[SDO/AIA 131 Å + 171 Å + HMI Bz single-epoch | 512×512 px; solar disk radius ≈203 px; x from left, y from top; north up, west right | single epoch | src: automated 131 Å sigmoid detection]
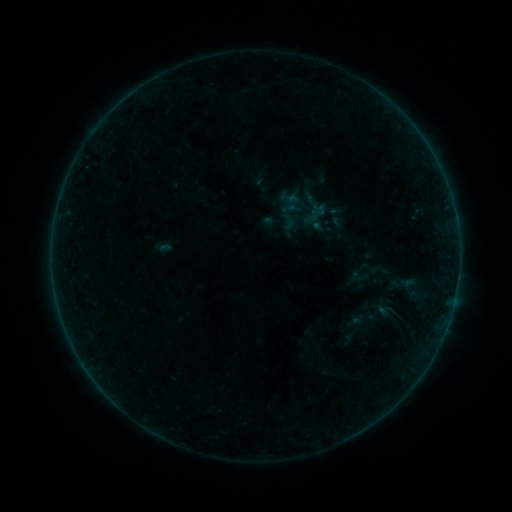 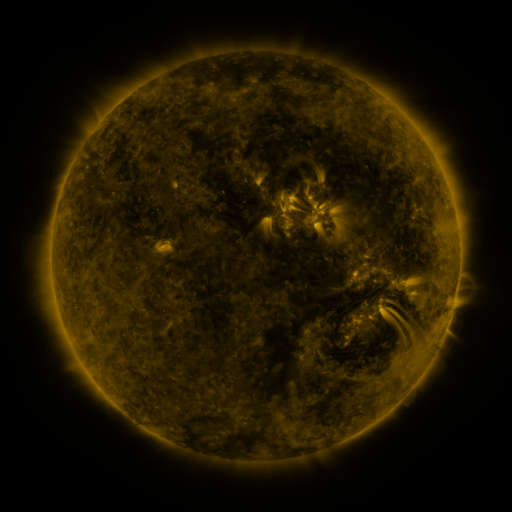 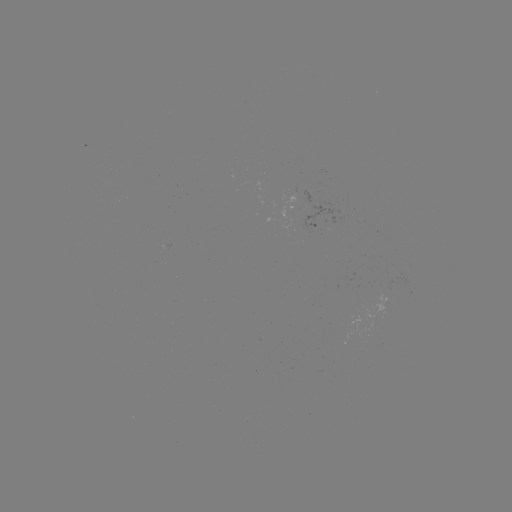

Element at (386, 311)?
sigmoid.